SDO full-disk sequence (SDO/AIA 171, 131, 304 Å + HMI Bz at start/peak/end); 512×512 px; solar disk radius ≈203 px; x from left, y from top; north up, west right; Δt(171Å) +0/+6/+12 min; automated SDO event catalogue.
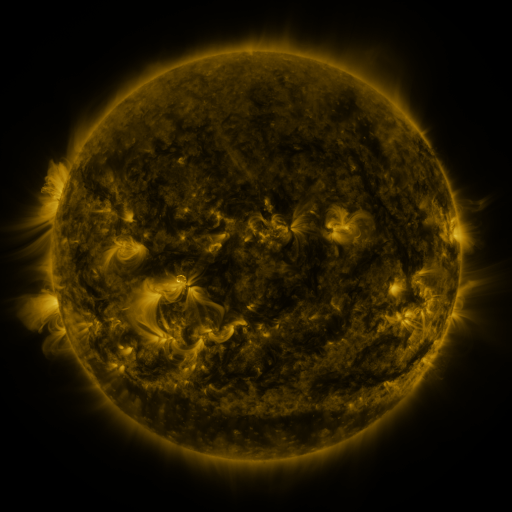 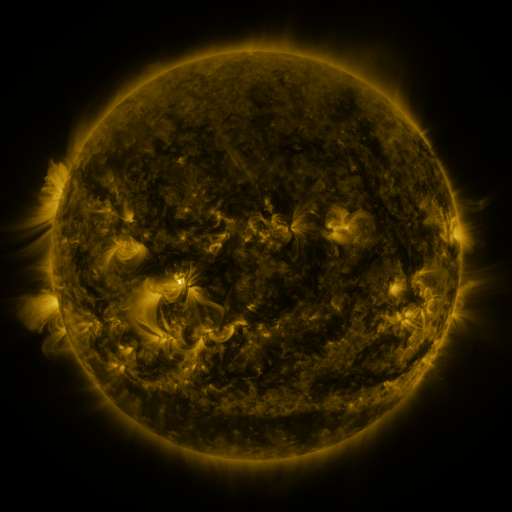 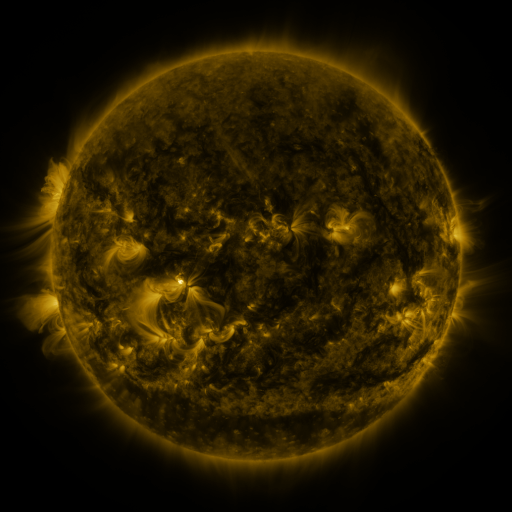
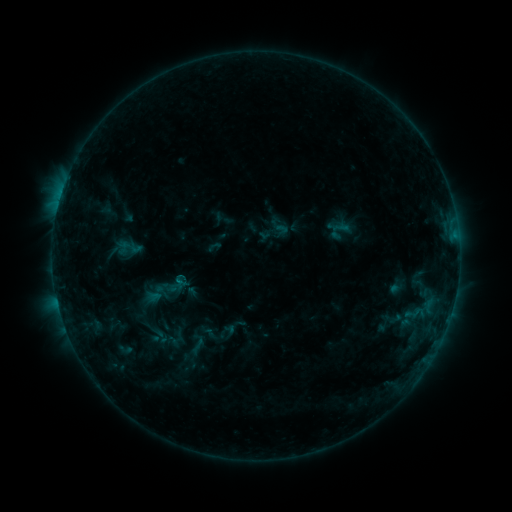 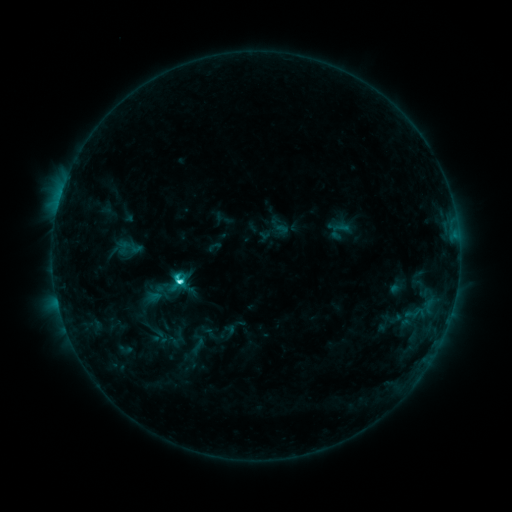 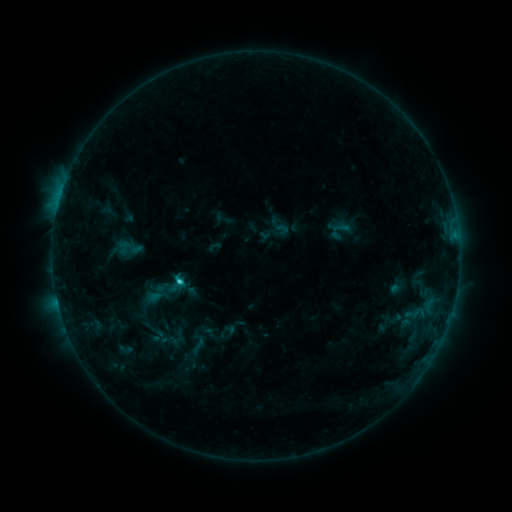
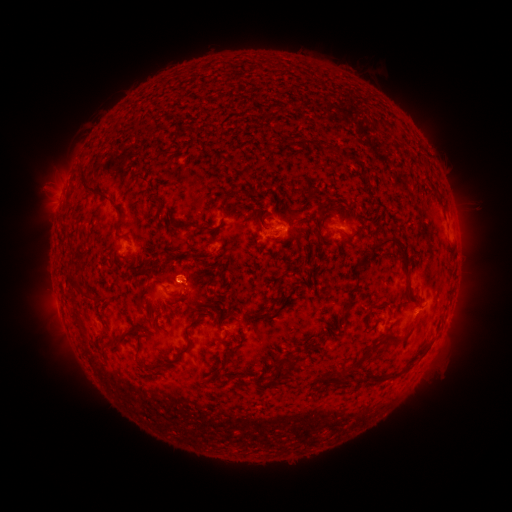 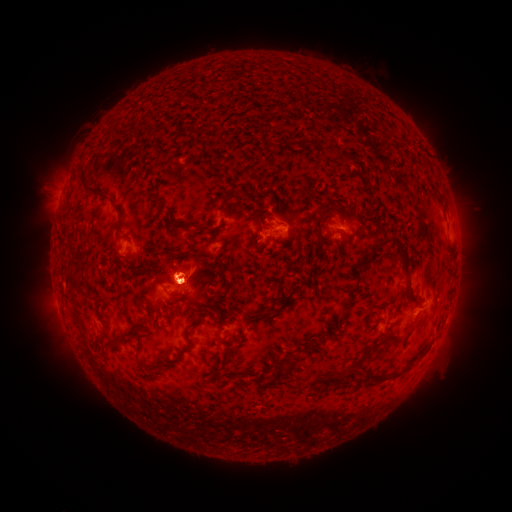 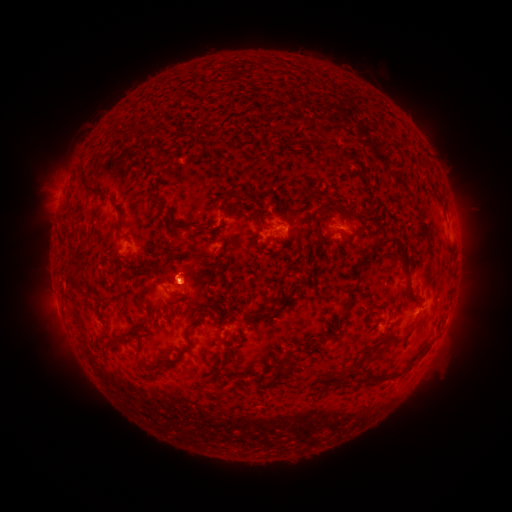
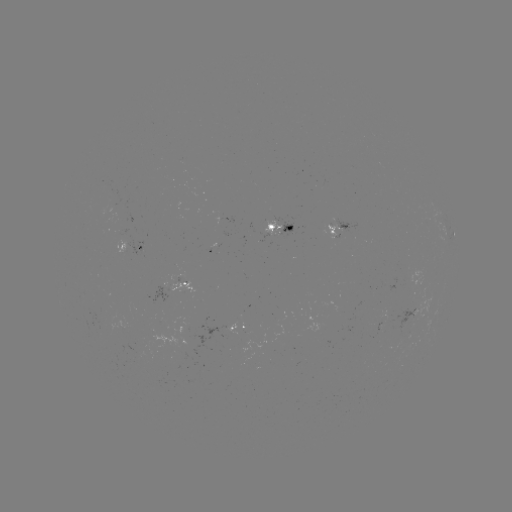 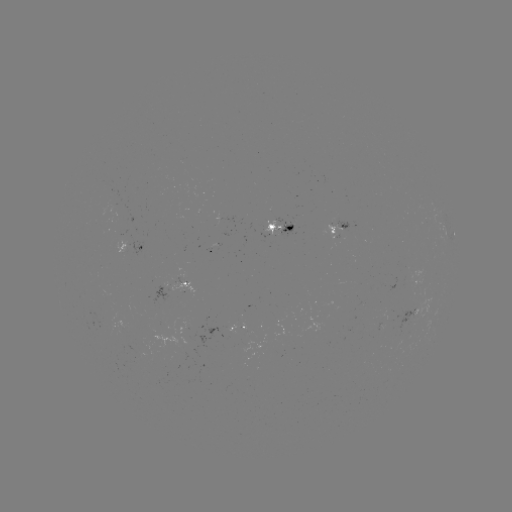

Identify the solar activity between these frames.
C4.2 flare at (179, 280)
